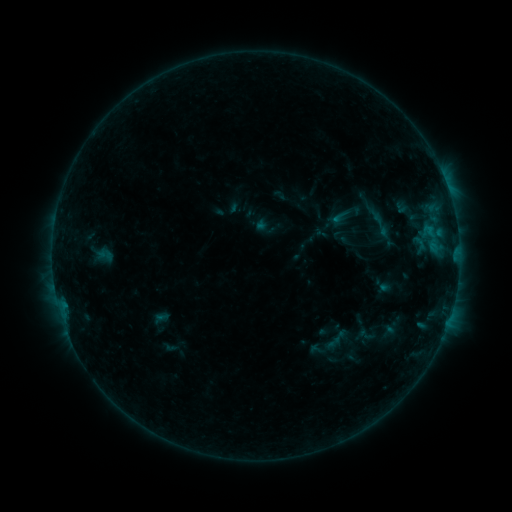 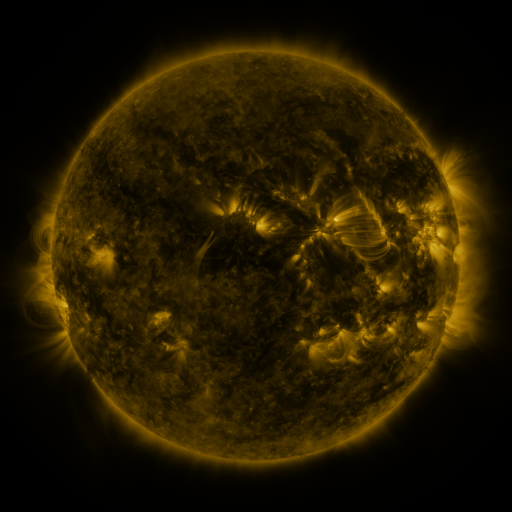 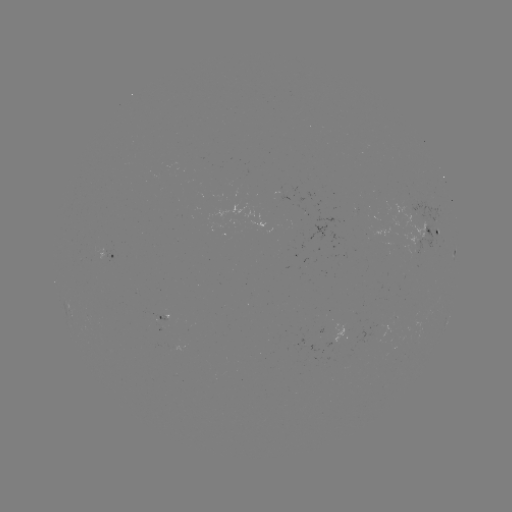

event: sigmoid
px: (105, 255)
